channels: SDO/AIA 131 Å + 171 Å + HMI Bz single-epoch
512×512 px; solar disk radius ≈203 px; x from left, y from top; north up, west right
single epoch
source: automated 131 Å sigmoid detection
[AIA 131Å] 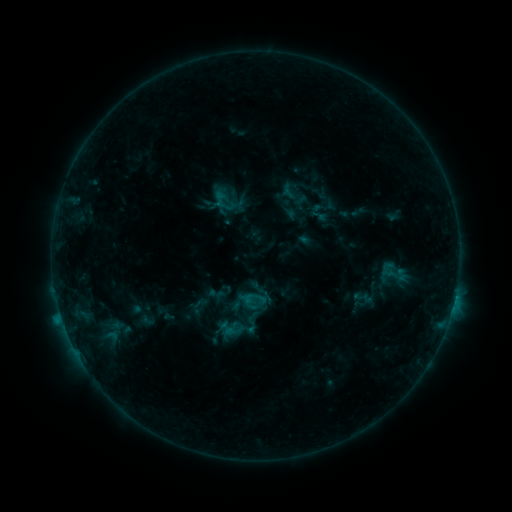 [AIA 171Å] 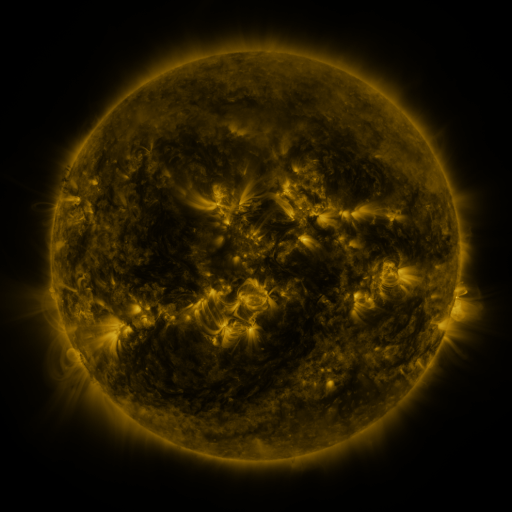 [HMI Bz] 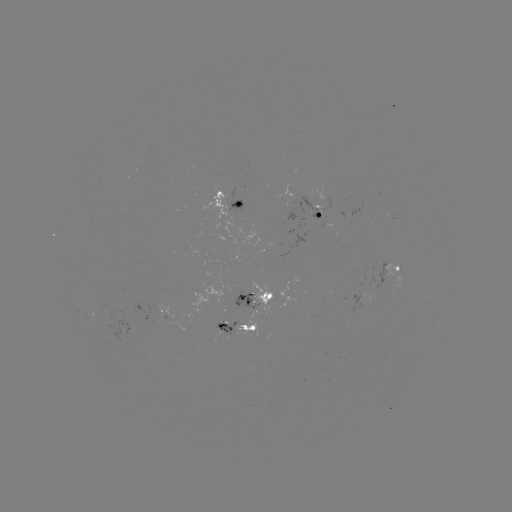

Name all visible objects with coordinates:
sigmoid: (294, 194)
sigmoid: (395, 274)
